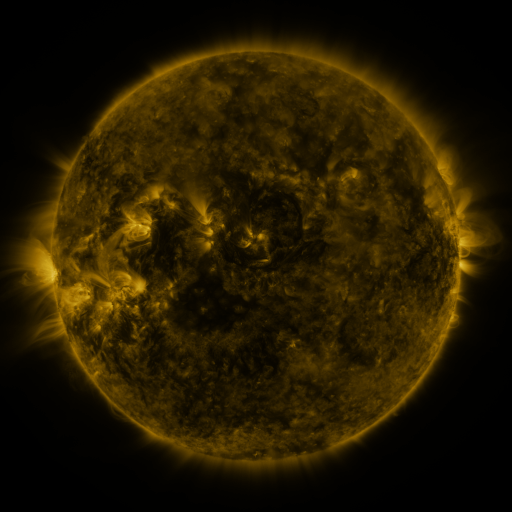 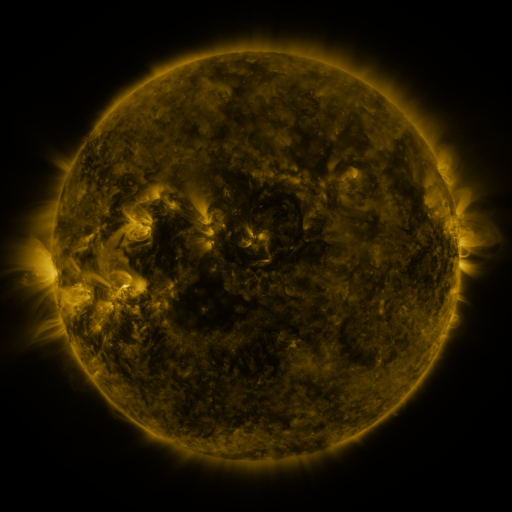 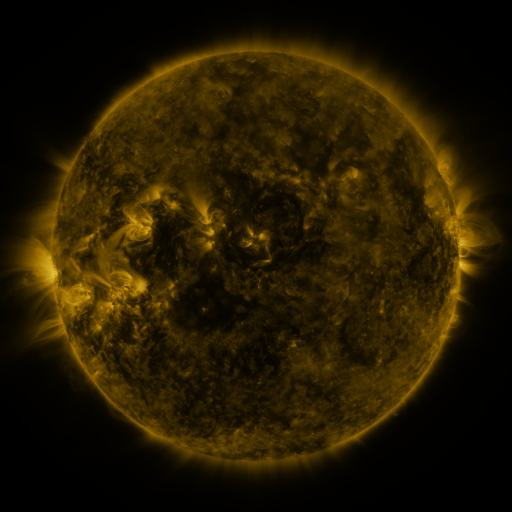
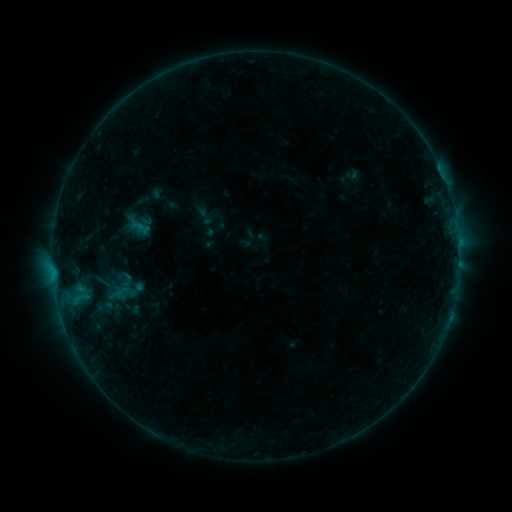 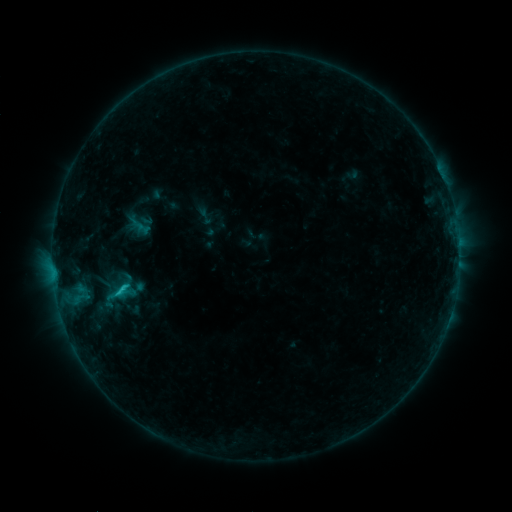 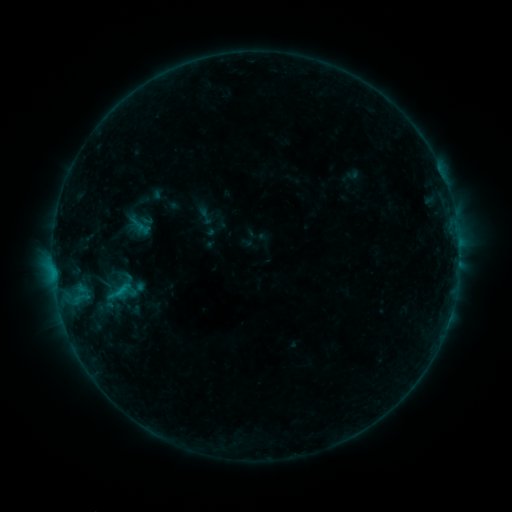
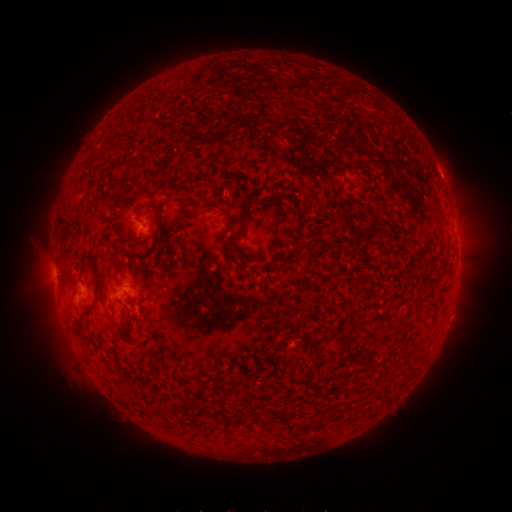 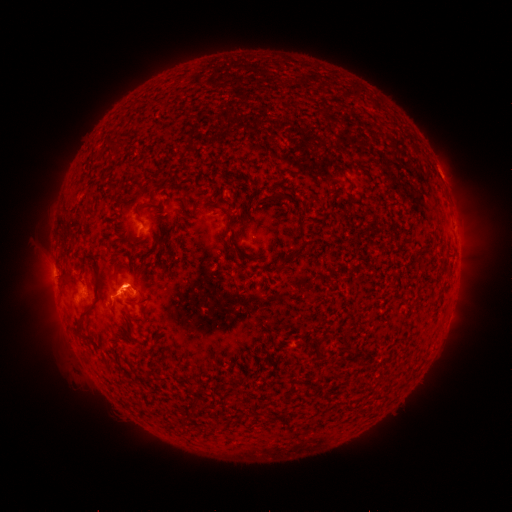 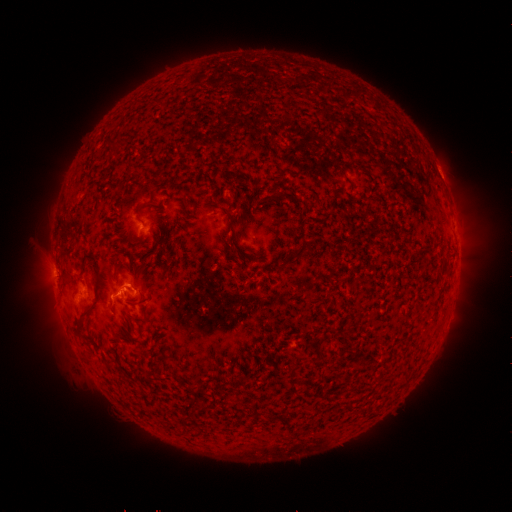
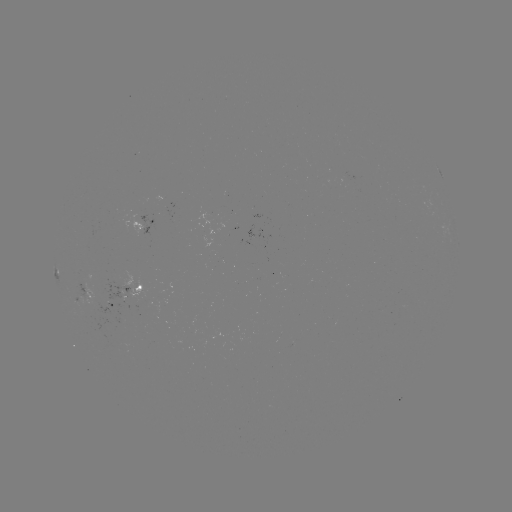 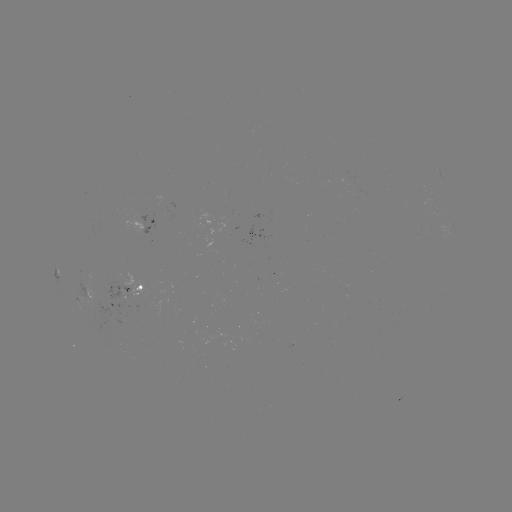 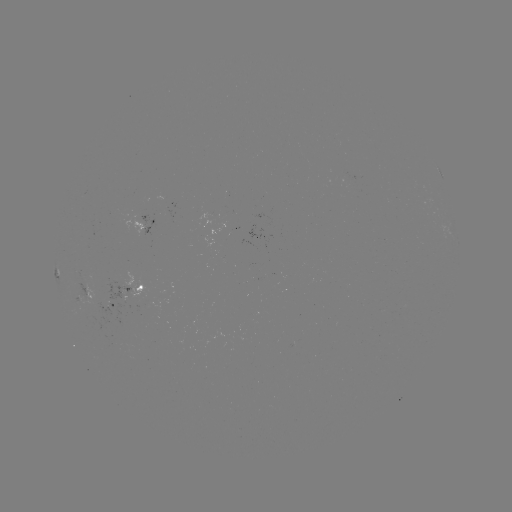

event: flare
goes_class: C1.1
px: (123, 288)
